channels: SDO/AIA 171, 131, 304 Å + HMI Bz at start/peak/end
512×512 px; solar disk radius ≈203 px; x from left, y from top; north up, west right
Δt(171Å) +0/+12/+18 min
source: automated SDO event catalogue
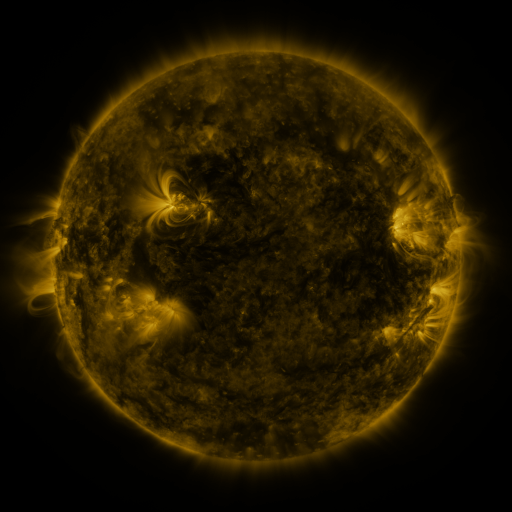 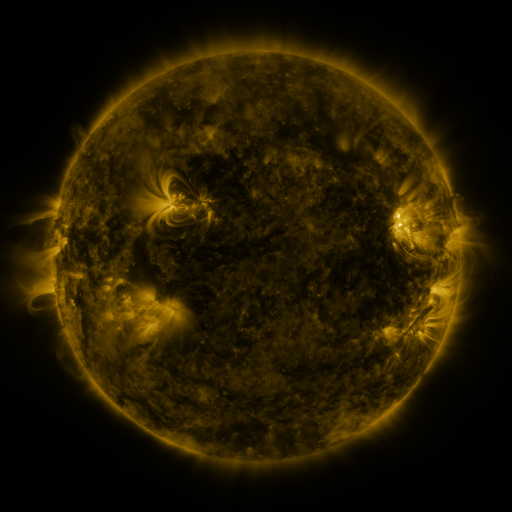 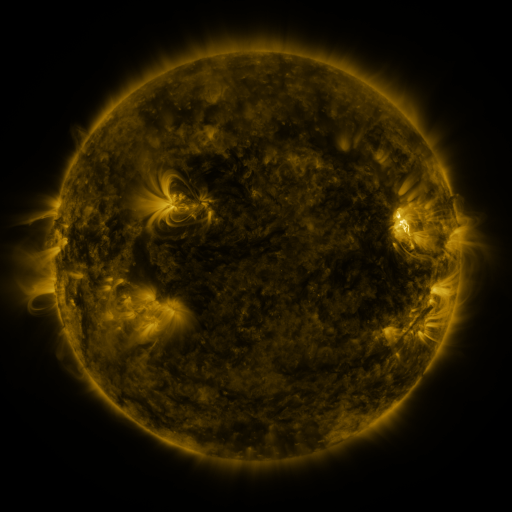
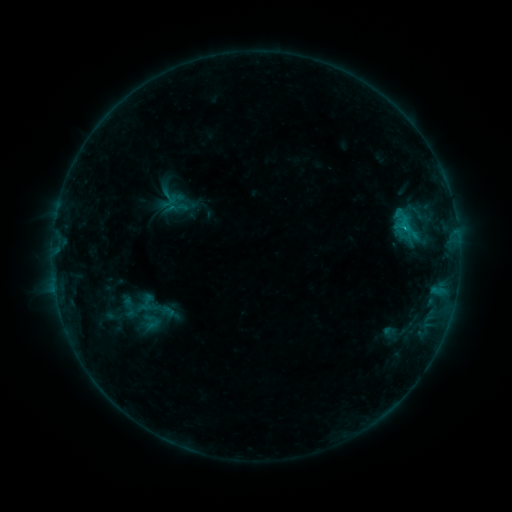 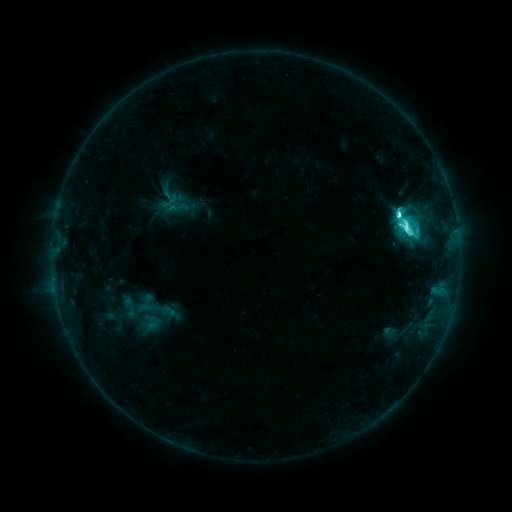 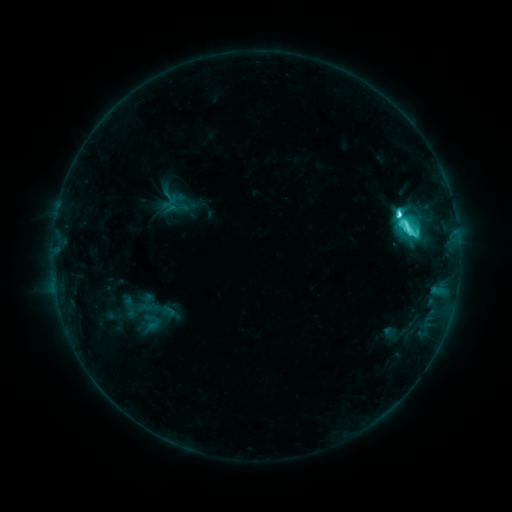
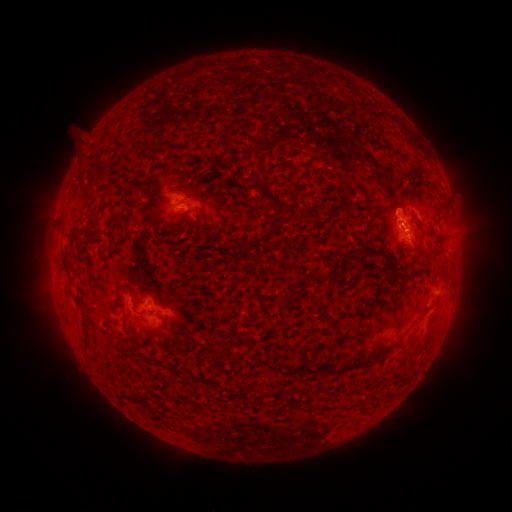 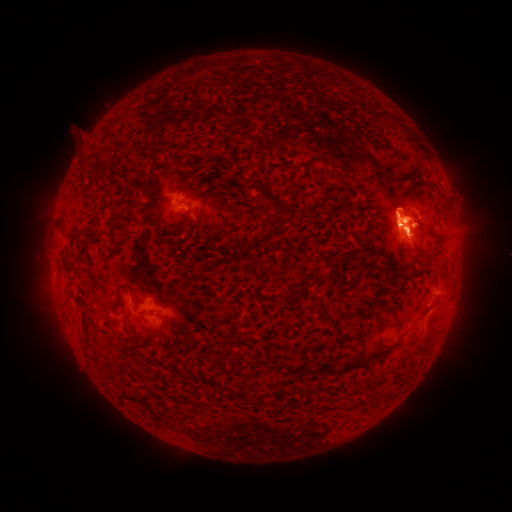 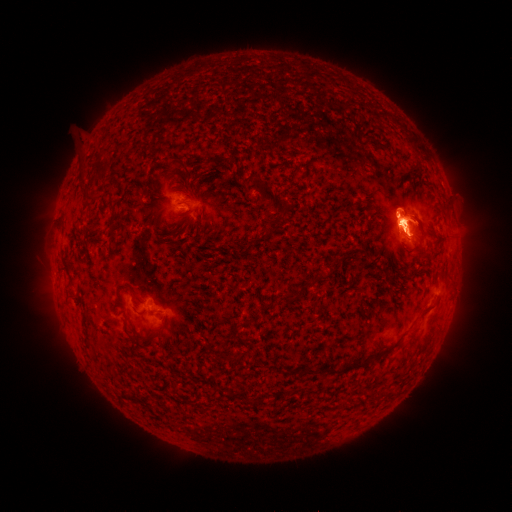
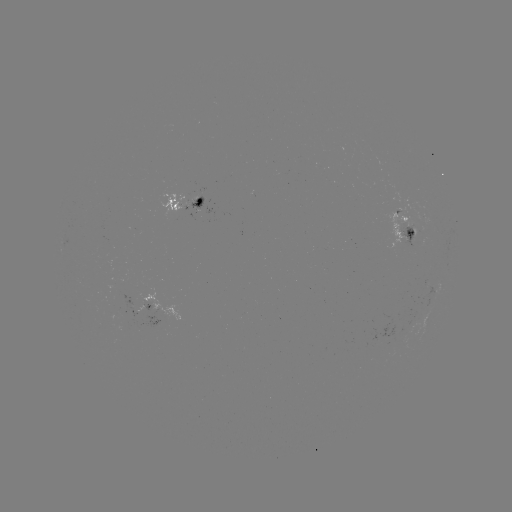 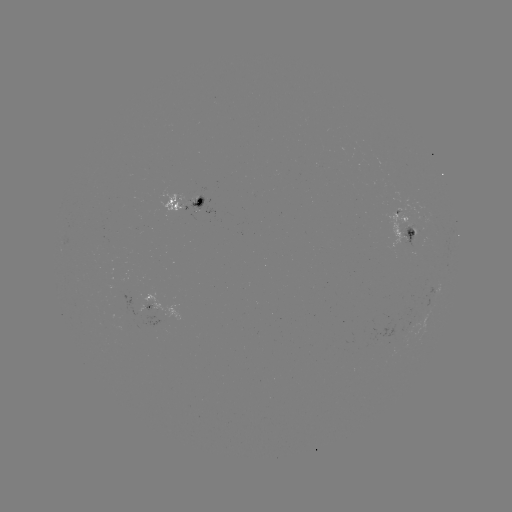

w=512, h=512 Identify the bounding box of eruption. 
[357, 154, 466, 305].